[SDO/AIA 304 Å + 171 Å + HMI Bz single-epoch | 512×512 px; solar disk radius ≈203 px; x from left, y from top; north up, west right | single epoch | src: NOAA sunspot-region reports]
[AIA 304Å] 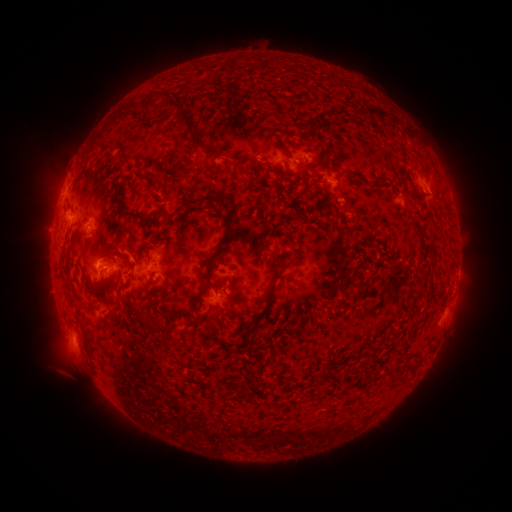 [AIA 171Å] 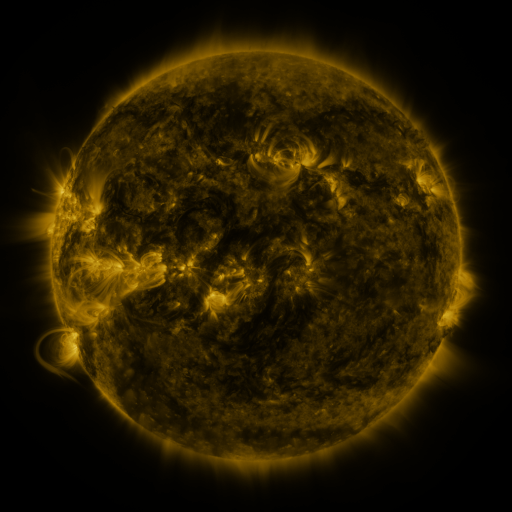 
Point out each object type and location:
spotted active region: (305, 164)
spotted active region: (336, 181)
spotted active region: (422, 184)
spotted active region: (402, 200)
spotted active region: (69, 218)
spotted active region: (91, 223)
spotted active region: (115, 266)
spotted active region: (225, 295)
